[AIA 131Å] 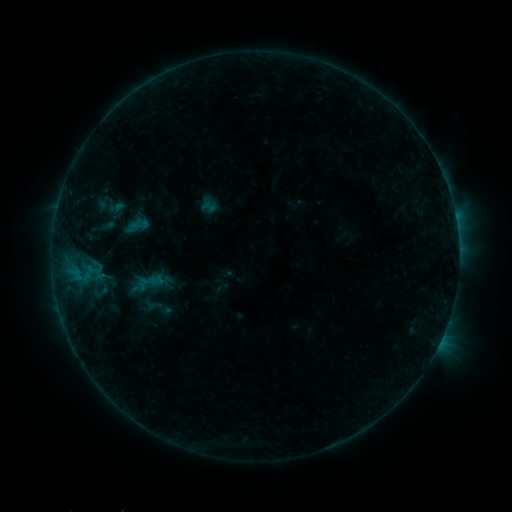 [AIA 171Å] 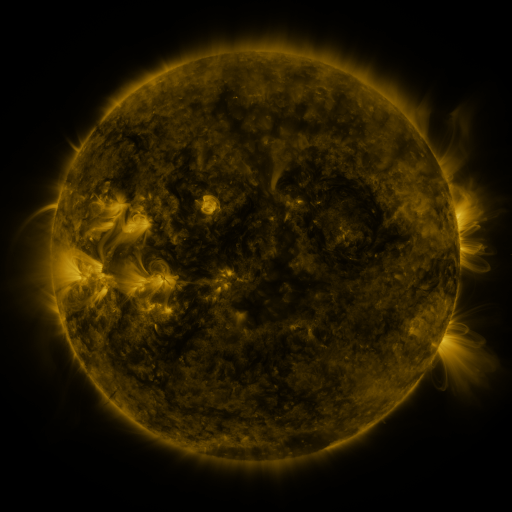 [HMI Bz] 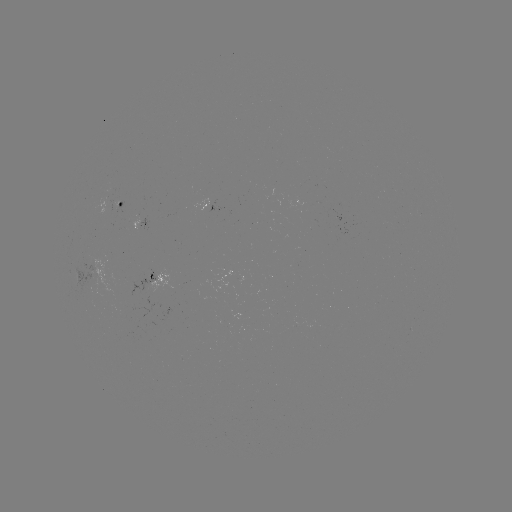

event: sigmoid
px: (209, 207)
